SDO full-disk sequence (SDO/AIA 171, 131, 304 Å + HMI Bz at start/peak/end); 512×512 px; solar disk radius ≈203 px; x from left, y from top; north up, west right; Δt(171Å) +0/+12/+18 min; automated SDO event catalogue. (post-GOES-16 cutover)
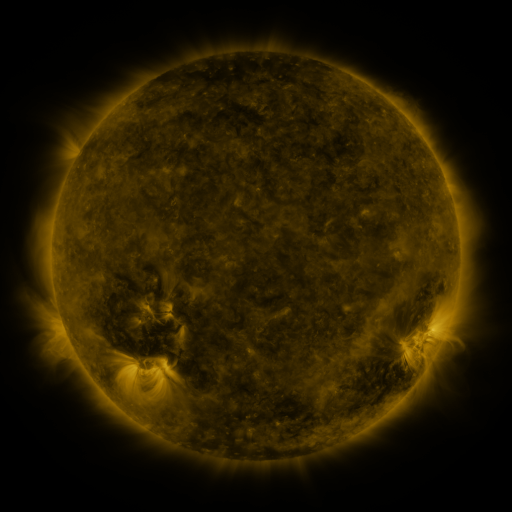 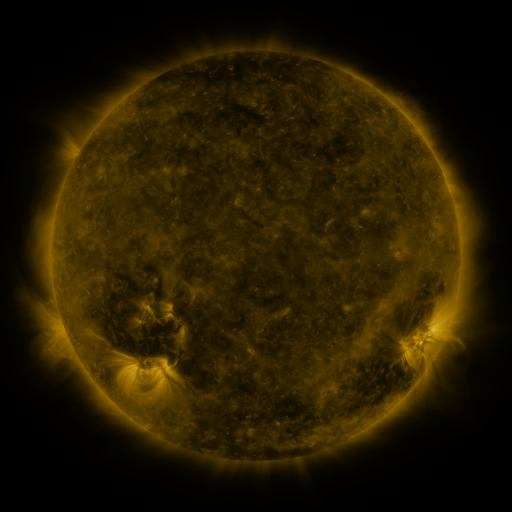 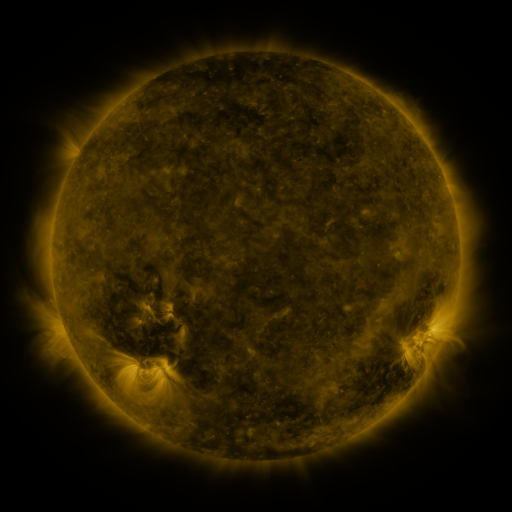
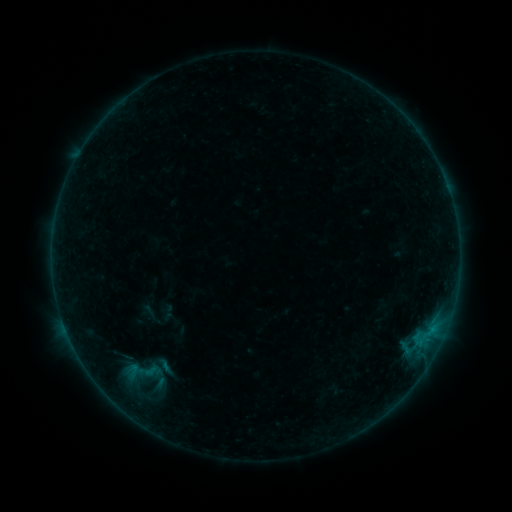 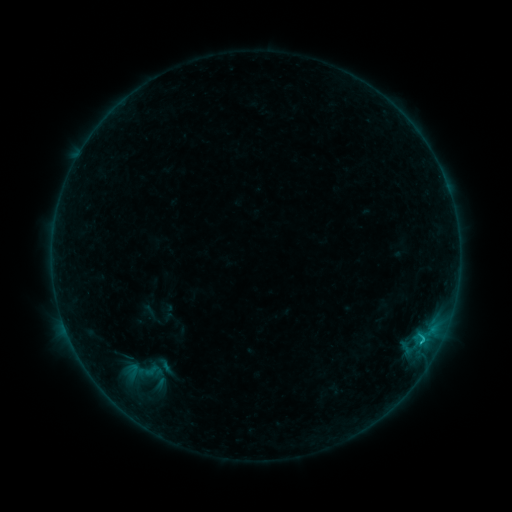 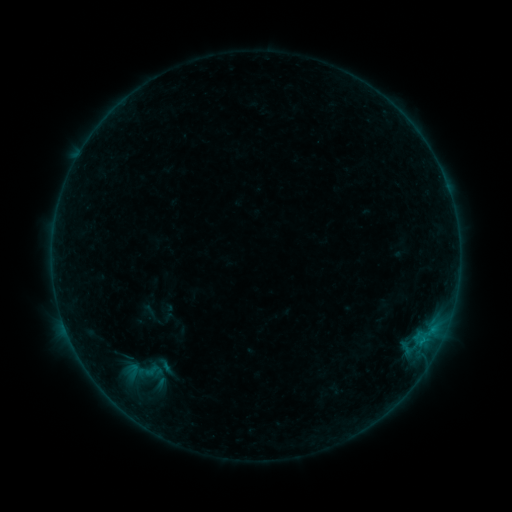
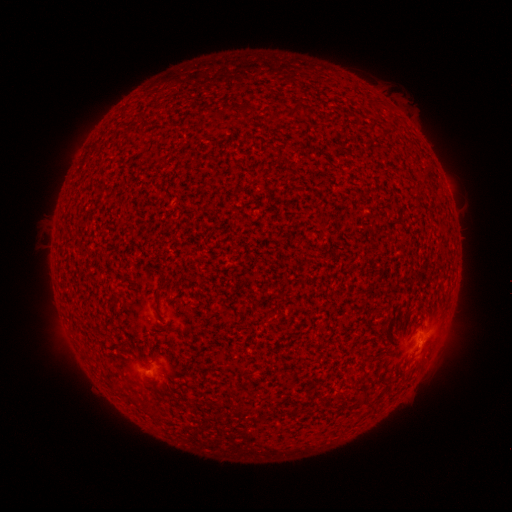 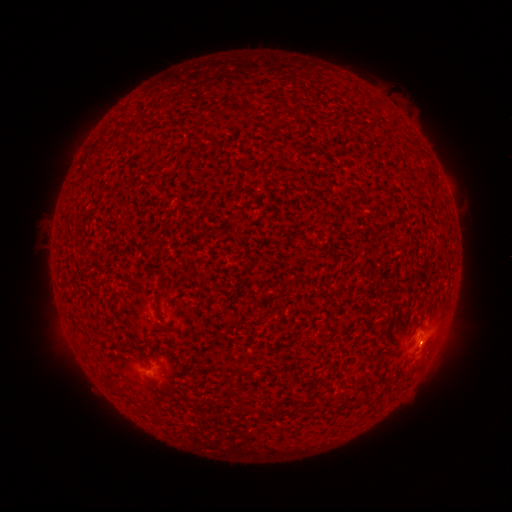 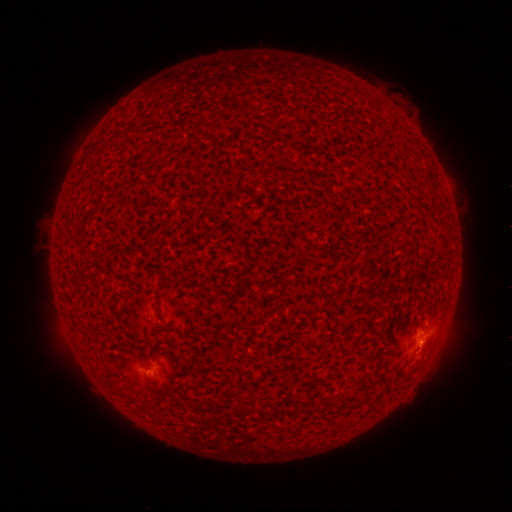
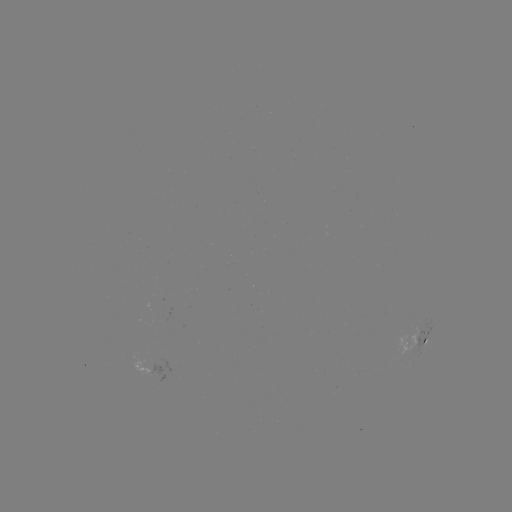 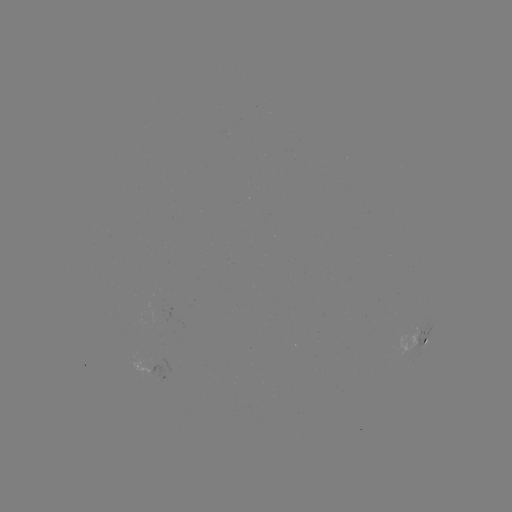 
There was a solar flare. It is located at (421, 339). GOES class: B7.3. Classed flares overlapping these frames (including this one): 1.